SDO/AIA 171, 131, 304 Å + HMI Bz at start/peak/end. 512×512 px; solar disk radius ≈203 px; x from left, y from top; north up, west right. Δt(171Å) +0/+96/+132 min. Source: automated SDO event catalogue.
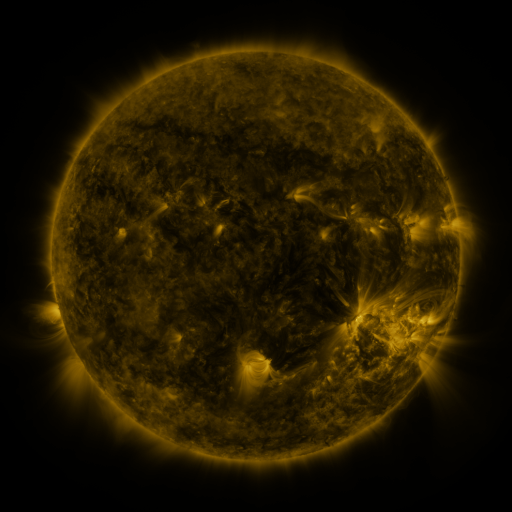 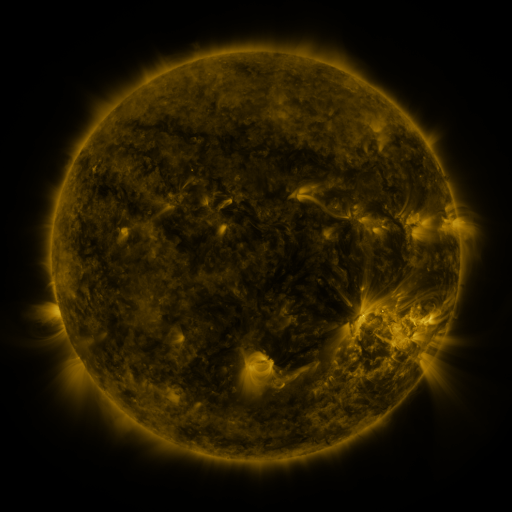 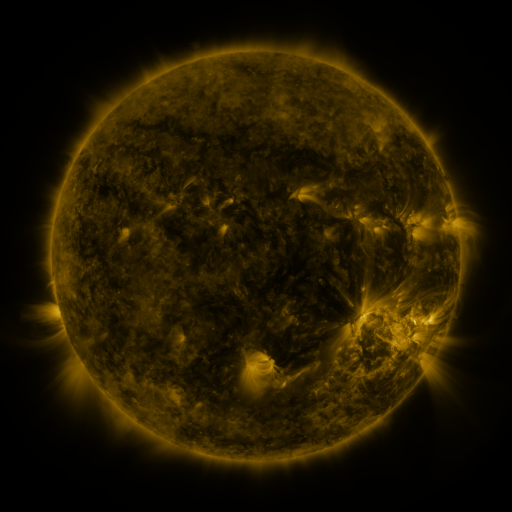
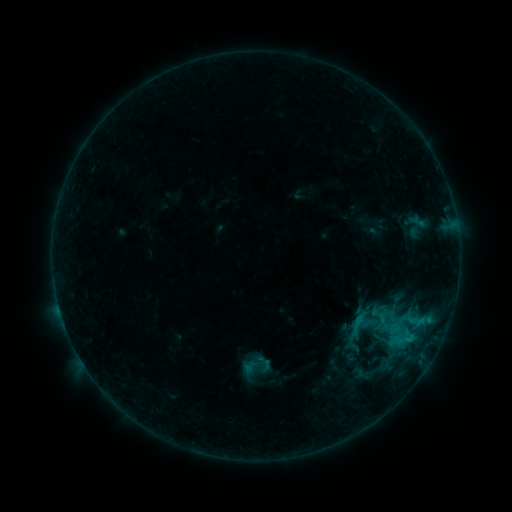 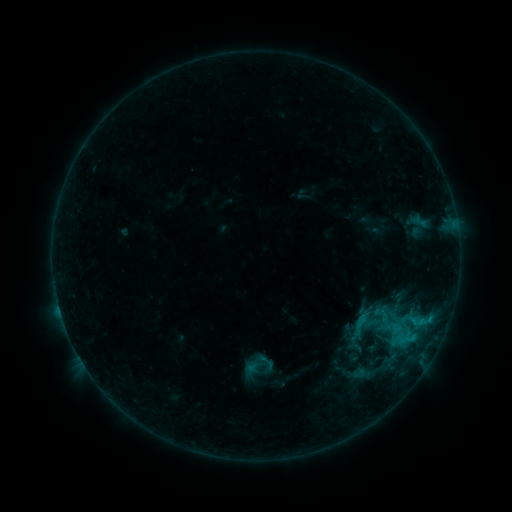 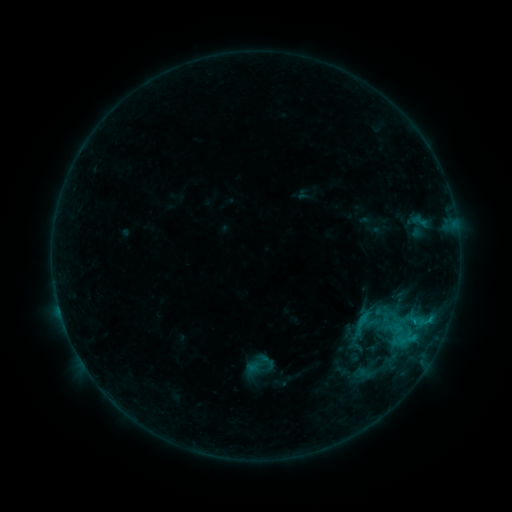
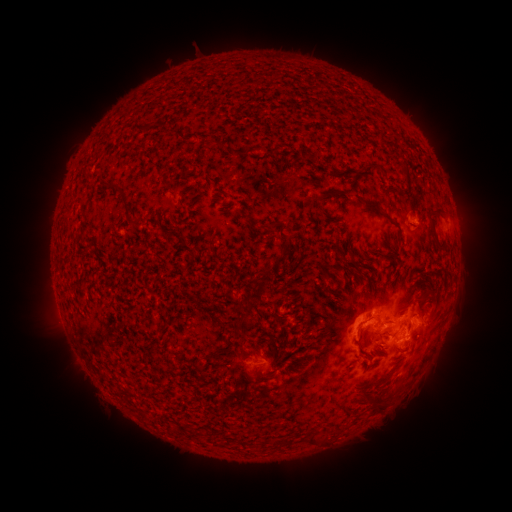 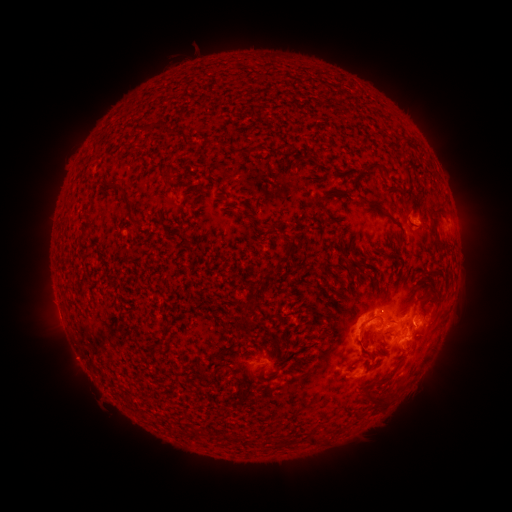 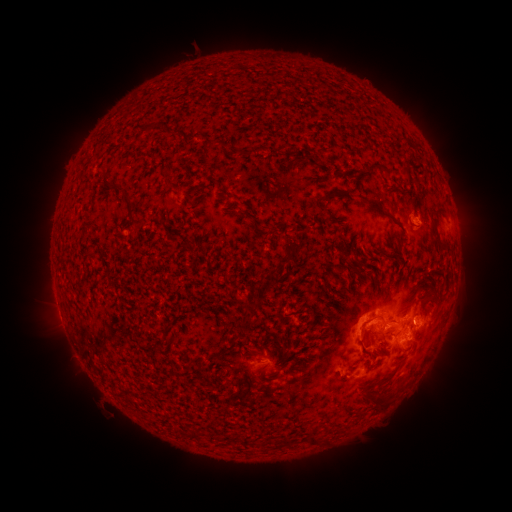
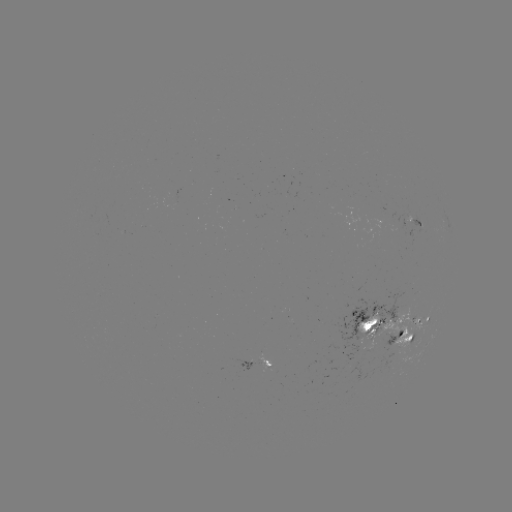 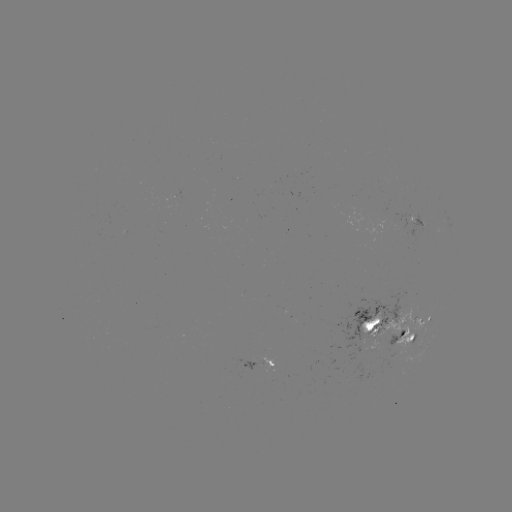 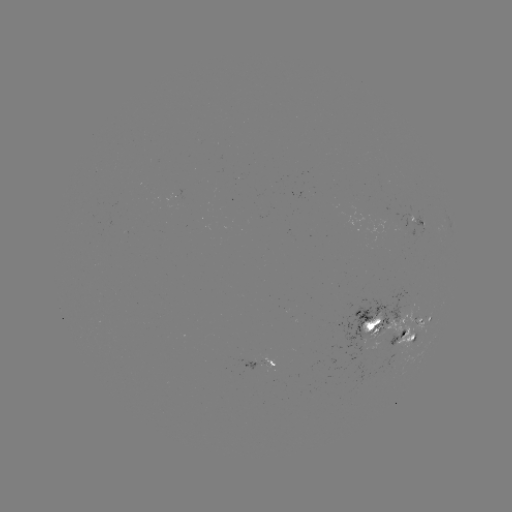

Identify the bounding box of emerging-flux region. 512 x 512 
[397, 215, 427, 236].